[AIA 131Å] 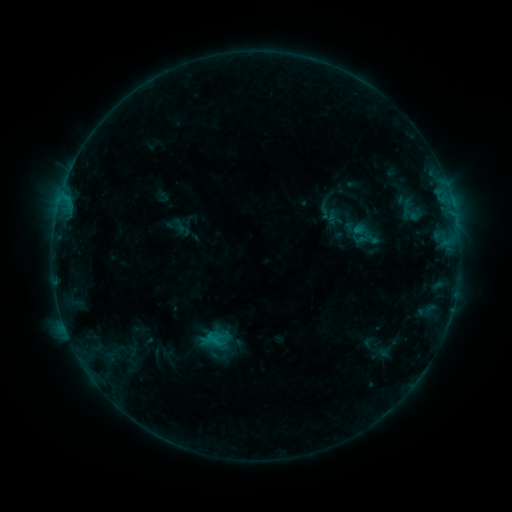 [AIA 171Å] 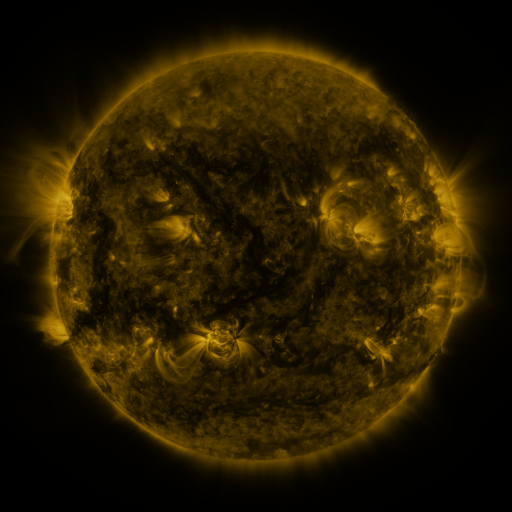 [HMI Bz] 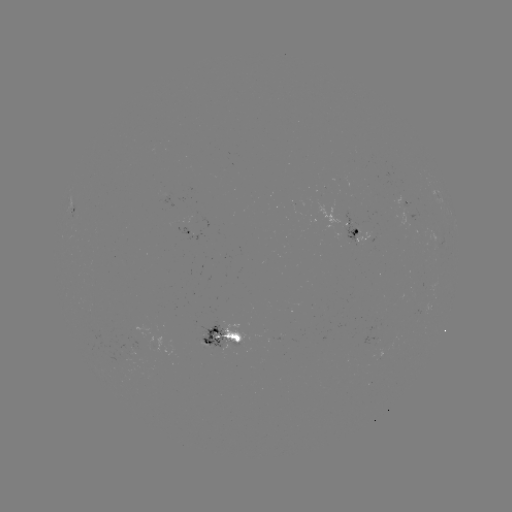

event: sigmoid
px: (410, 215)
